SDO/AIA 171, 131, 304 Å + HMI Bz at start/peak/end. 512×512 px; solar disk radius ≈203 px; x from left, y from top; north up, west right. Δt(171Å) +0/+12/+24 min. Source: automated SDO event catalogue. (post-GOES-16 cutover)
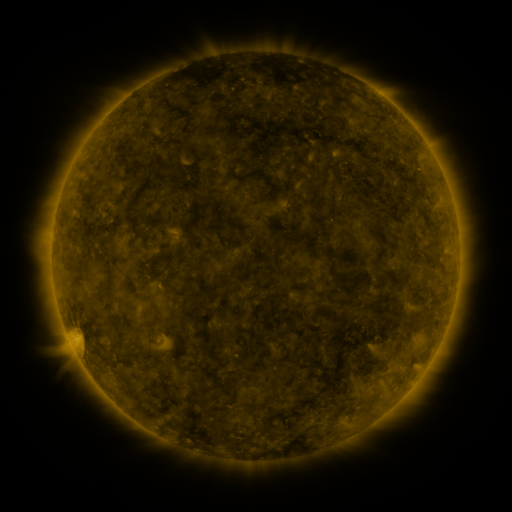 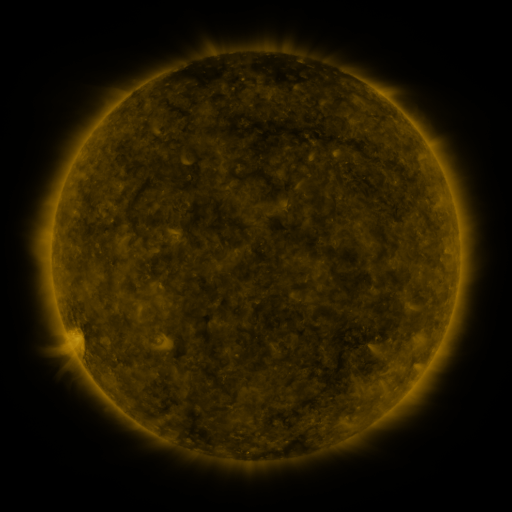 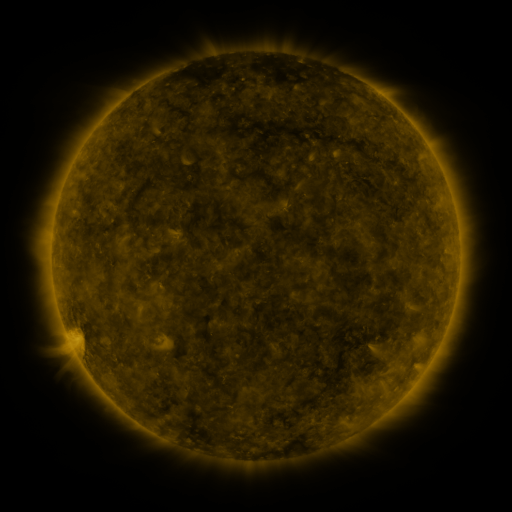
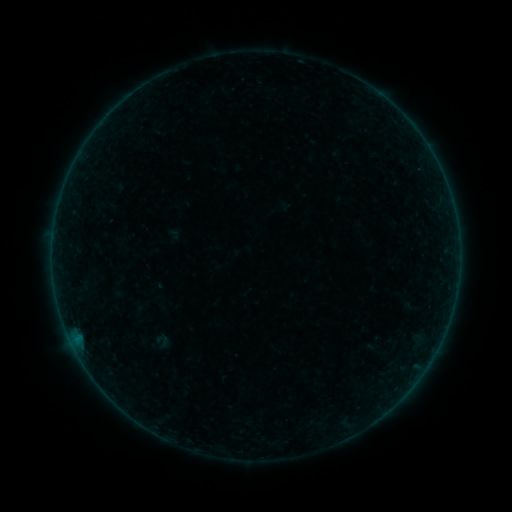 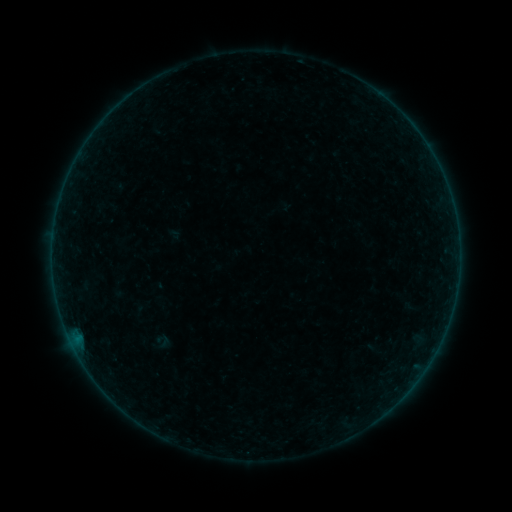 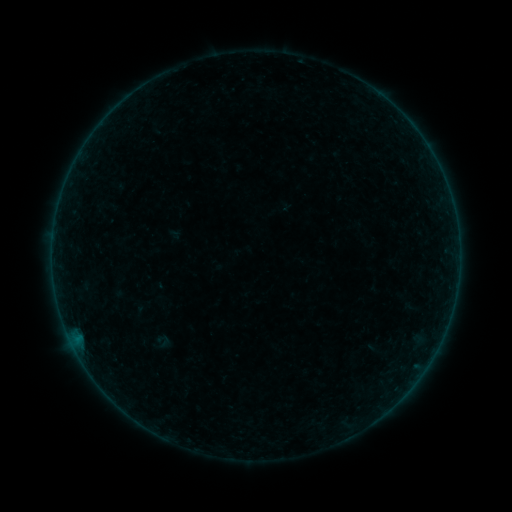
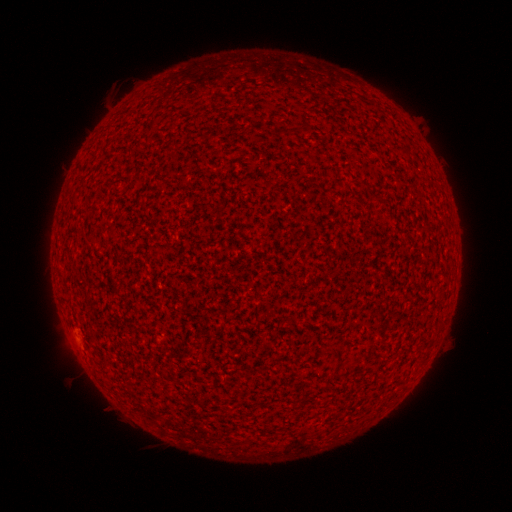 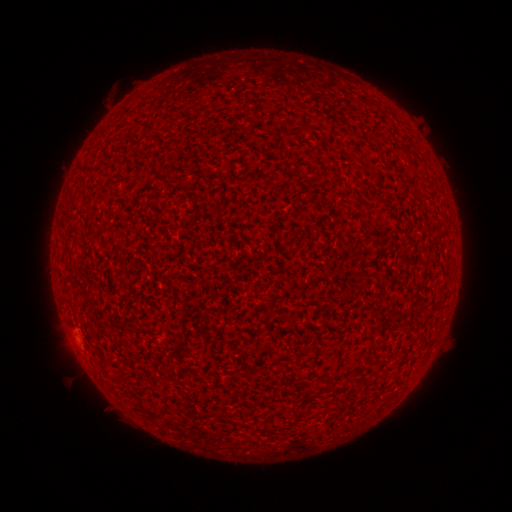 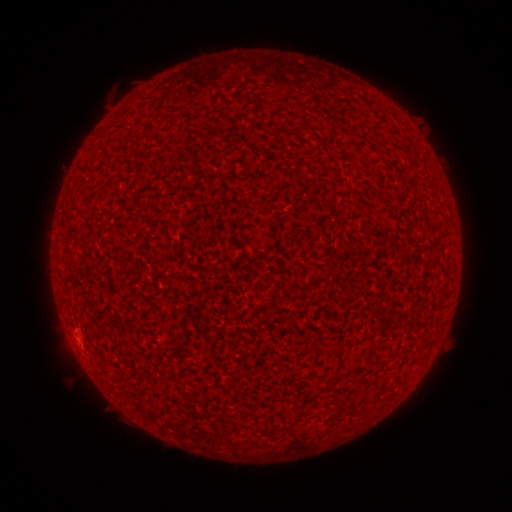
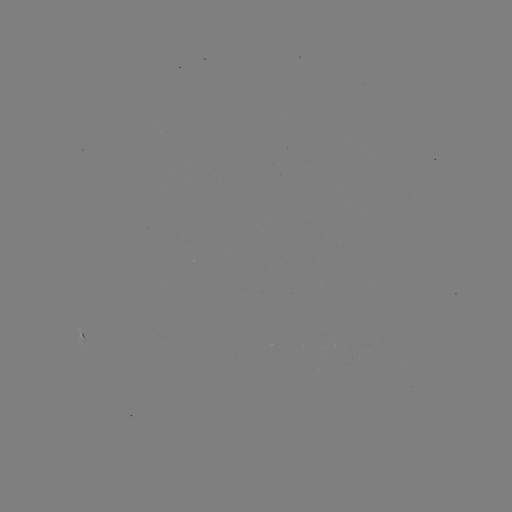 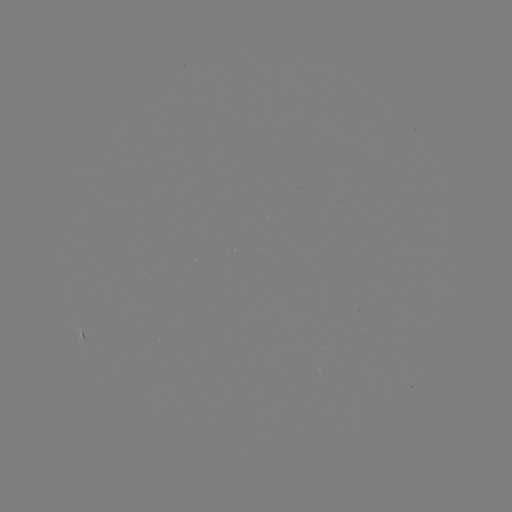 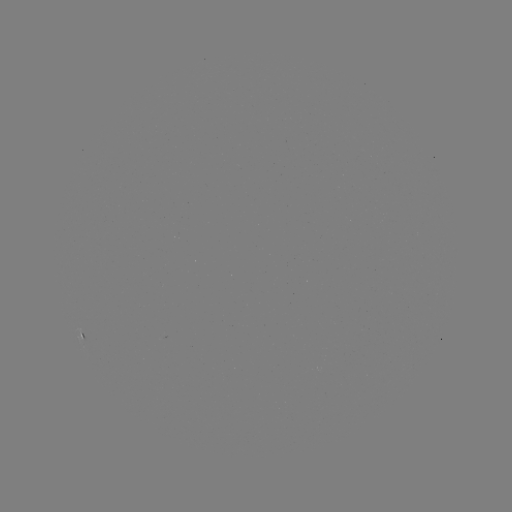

no catalogued flare and no flagged EUV brightening in this window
